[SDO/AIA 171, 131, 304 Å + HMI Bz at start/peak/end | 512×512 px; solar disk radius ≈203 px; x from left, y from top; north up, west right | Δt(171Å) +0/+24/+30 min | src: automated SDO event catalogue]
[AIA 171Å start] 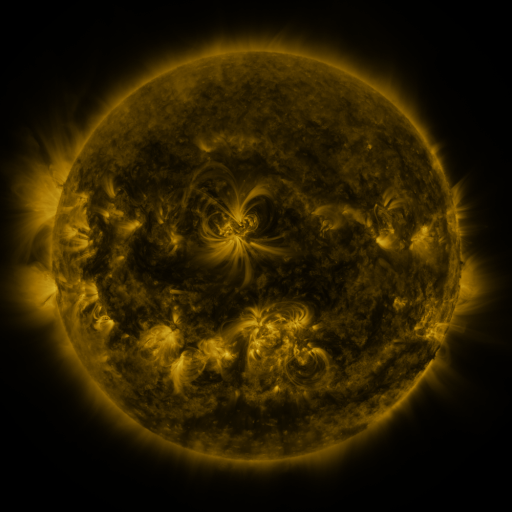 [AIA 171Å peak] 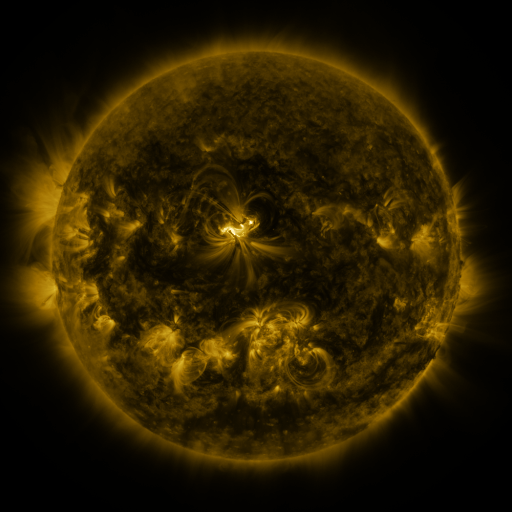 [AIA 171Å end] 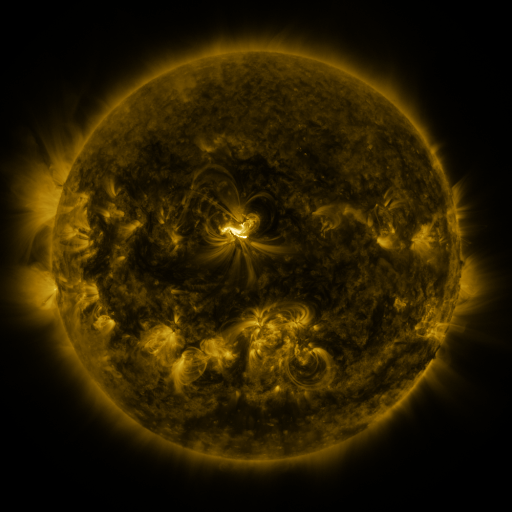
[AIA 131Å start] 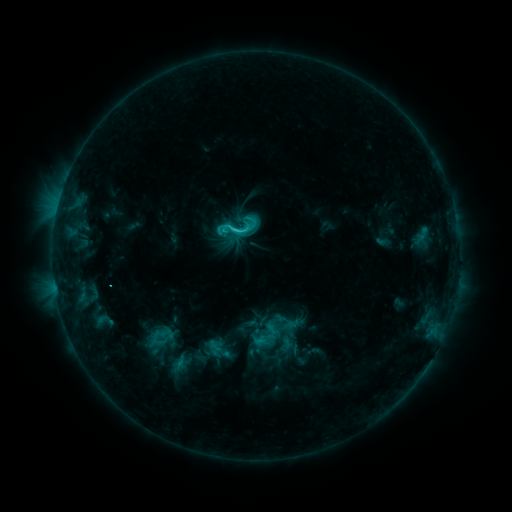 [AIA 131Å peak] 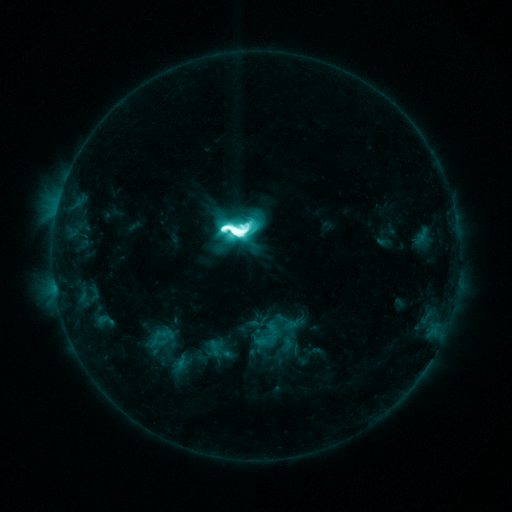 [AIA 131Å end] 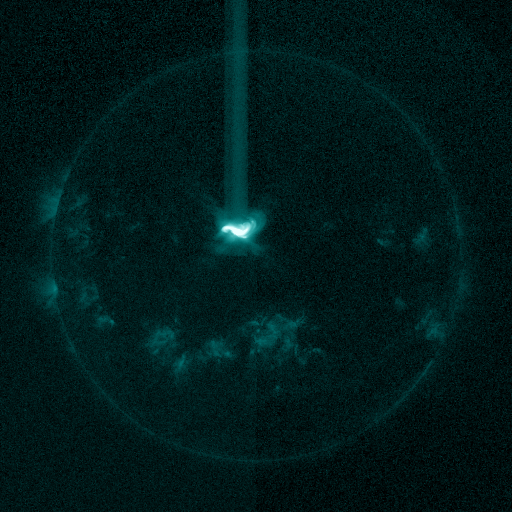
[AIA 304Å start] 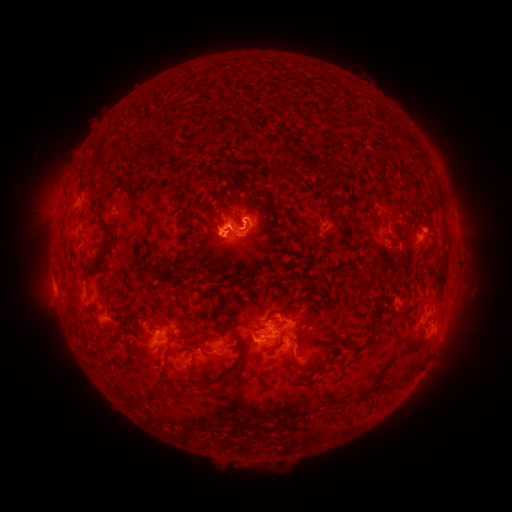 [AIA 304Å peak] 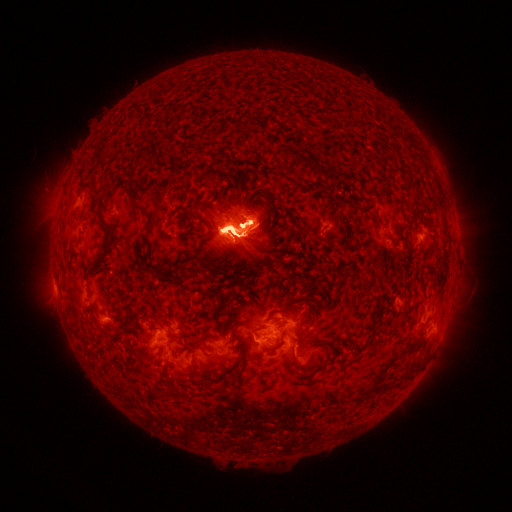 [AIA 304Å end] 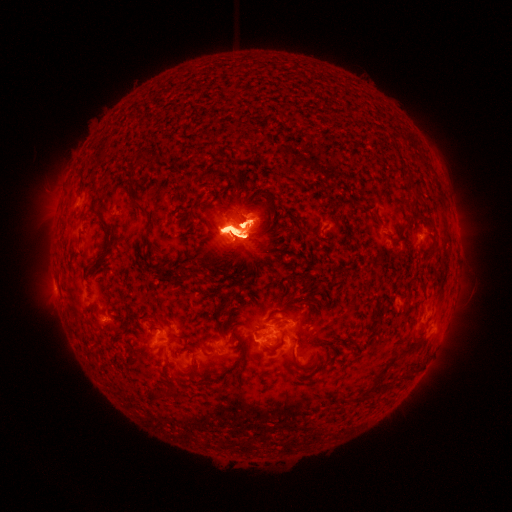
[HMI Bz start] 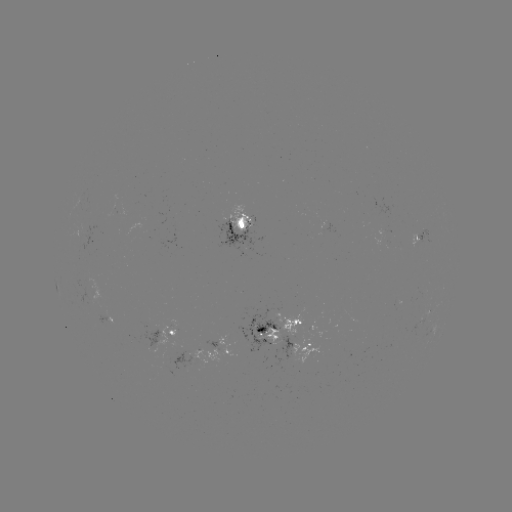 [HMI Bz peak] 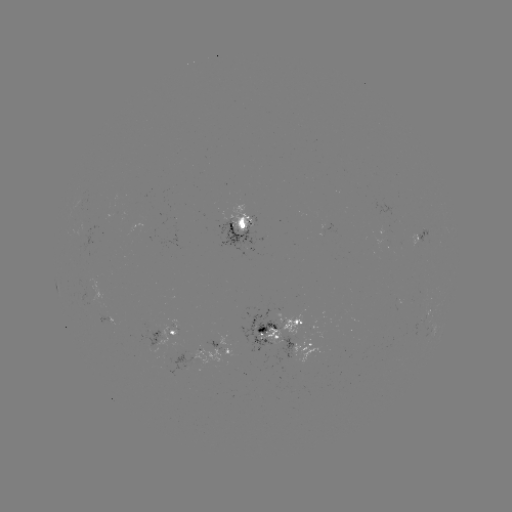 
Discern X1.6 flare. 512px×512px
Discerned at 238,242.